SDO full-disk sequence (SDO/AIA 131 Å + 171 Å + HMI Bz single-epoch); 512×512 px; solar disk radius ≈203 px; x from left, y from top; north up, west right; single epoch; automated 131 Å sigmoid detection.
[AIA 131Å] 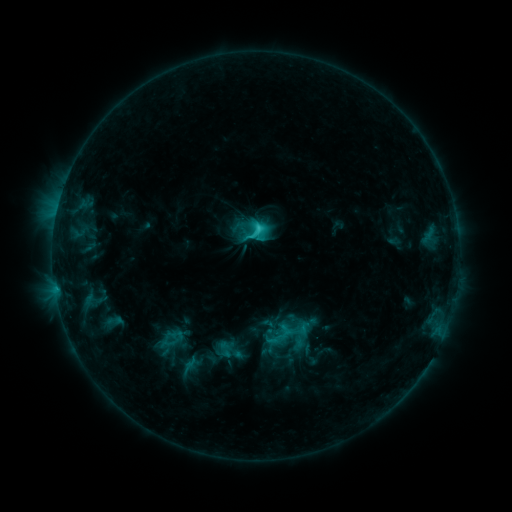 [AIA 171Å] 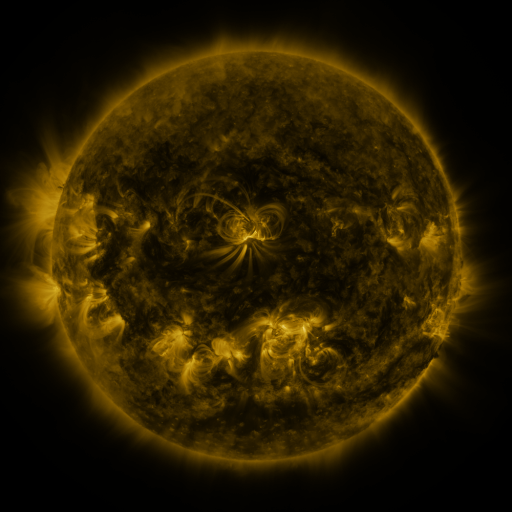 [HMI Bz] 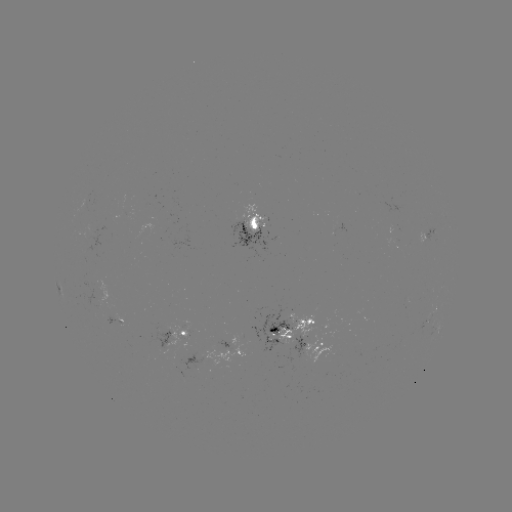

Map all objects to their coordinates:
sigmoid: <bbox>268, 329, 289, 350</bbox>
